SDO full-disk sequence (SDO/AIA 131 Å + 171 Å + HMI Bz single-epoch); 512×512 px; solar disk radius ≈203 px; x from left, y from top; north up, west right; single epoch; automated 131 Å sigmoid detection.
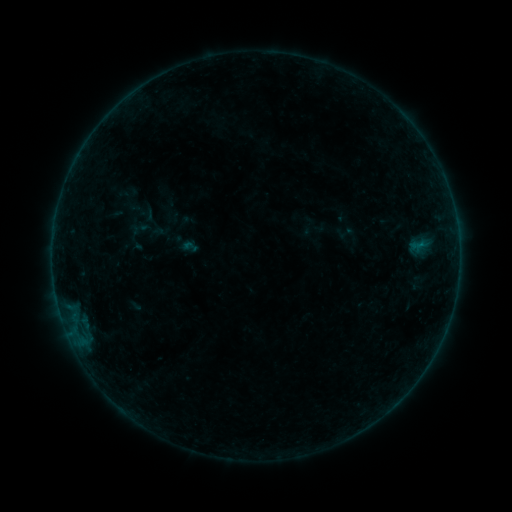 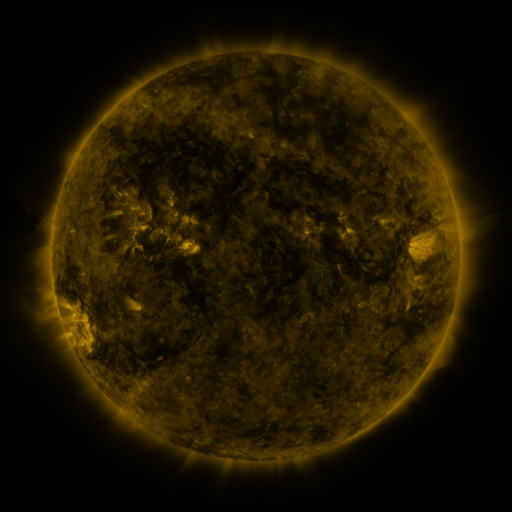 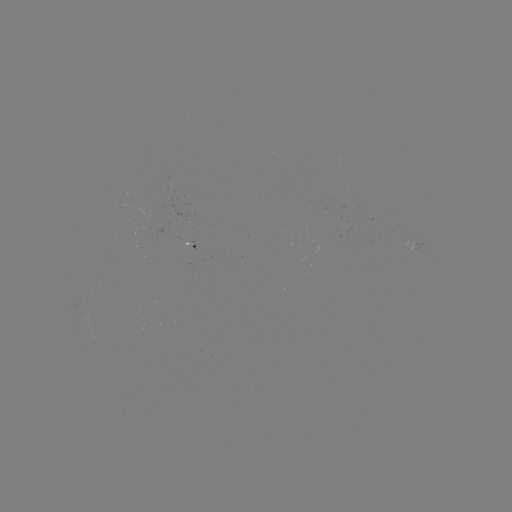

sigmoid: [181, 238, 199, 256]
